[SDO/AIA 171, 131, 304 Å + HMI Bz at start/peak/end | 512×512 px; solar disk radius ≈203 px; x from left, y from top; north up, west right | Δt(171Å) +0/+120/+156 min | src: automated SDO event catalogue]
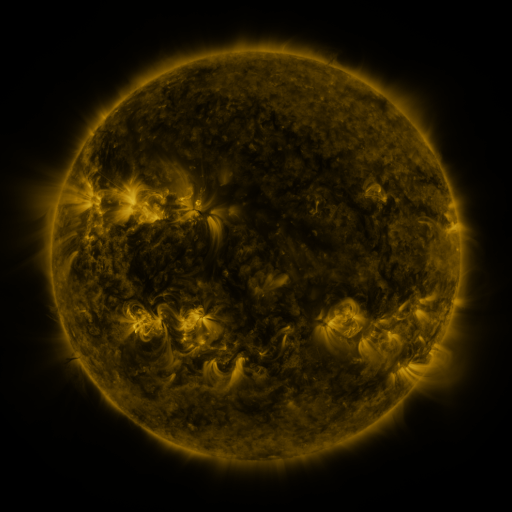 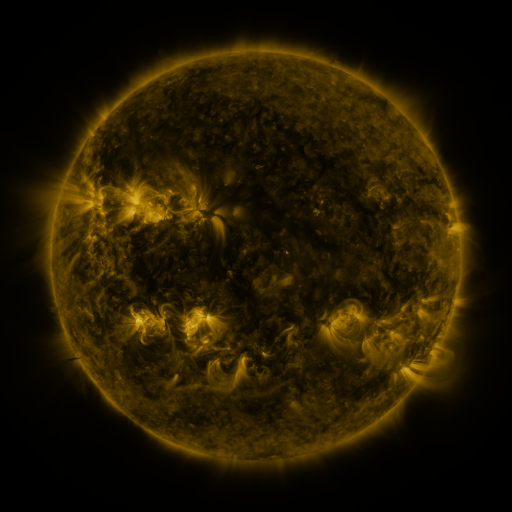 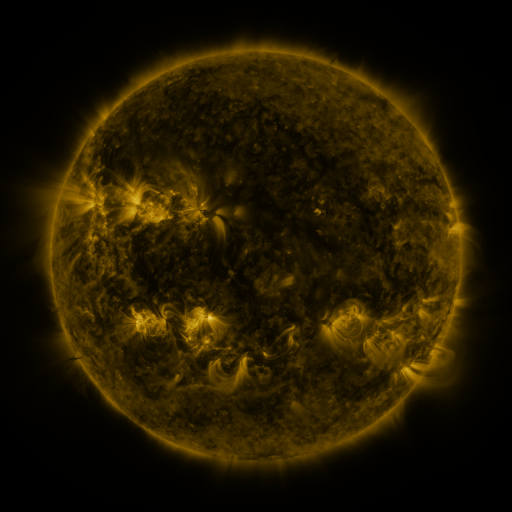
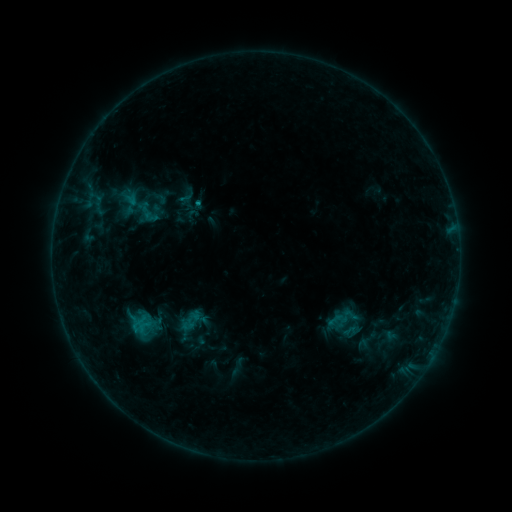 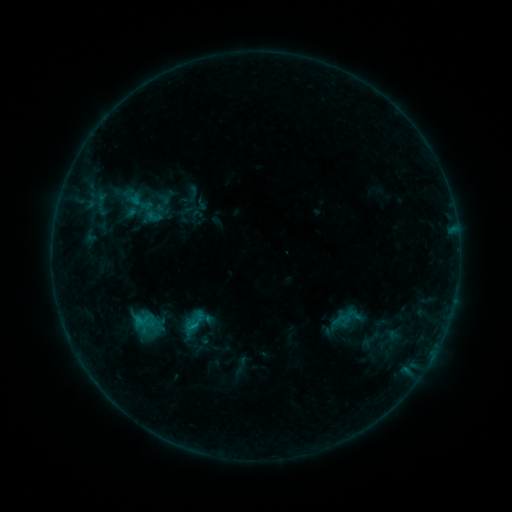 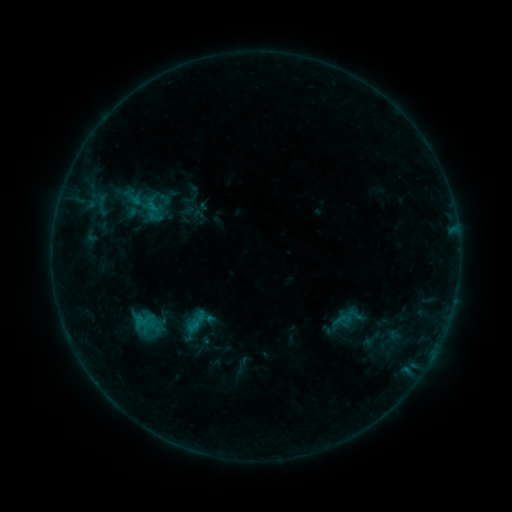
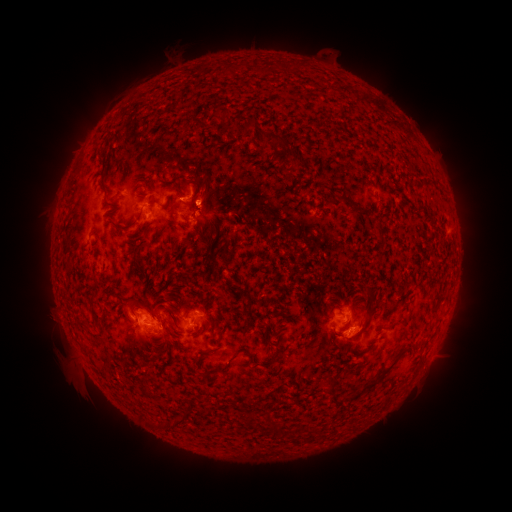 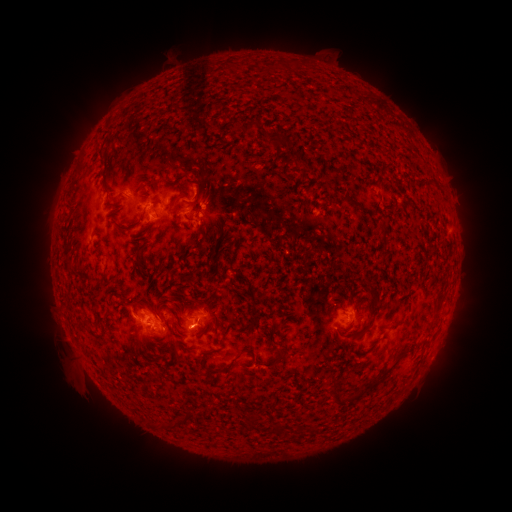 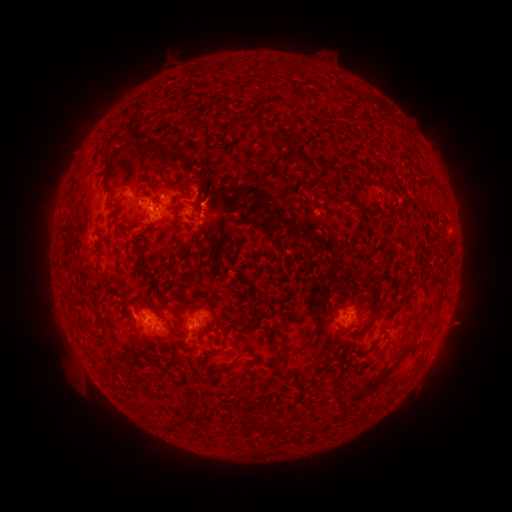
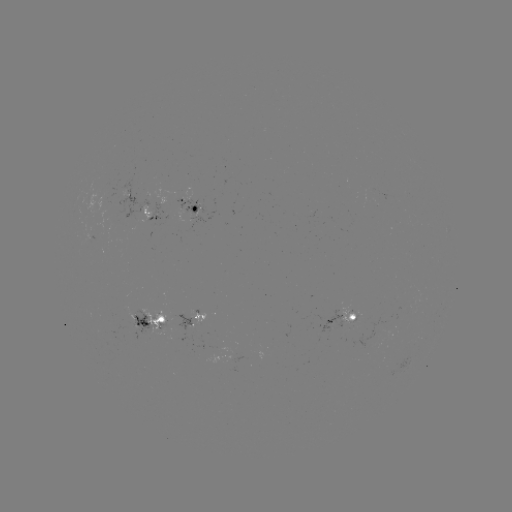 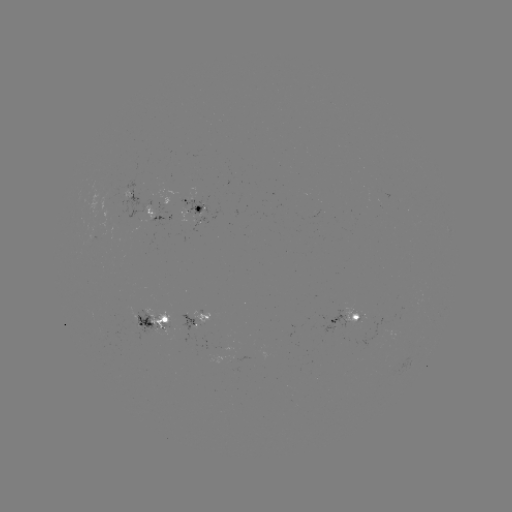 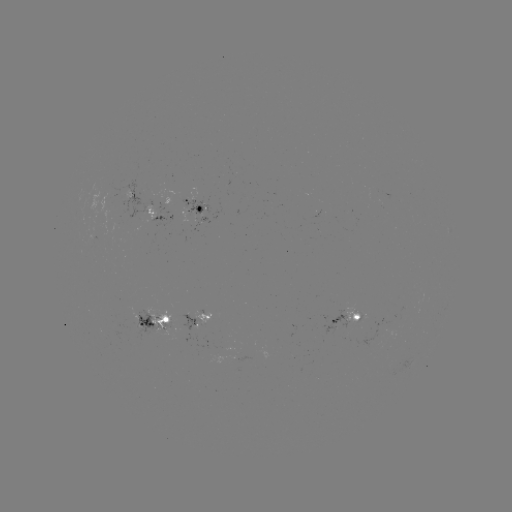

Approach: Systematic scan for emerging-flux region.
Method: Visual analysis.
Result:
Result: emerging-flux region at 192,199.